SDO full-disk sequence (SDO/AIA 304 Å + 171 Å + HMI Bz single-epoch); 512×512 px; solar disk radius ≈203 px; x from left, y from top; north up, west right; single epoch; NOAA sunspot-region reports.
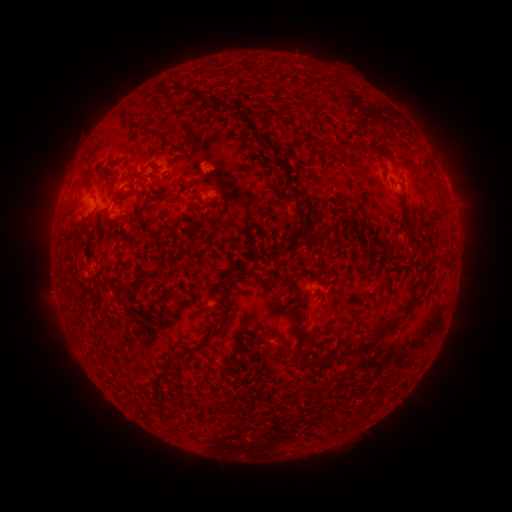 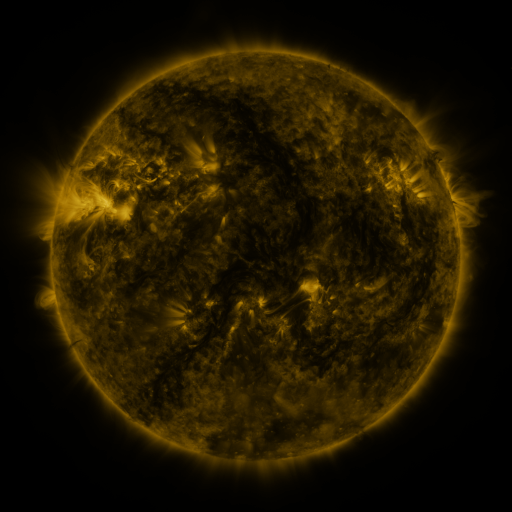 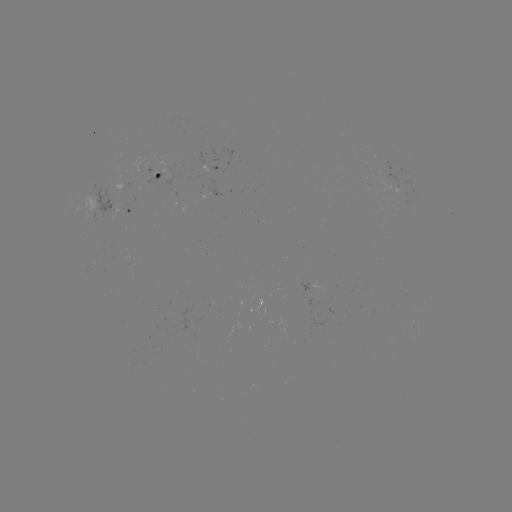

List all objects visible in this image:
spotted active region: (215, 169)
spotted active region: (161, 175)
spotted active region: (214, 196)
spotted active region: (452, 203)
spotted active region: (128, 211)
